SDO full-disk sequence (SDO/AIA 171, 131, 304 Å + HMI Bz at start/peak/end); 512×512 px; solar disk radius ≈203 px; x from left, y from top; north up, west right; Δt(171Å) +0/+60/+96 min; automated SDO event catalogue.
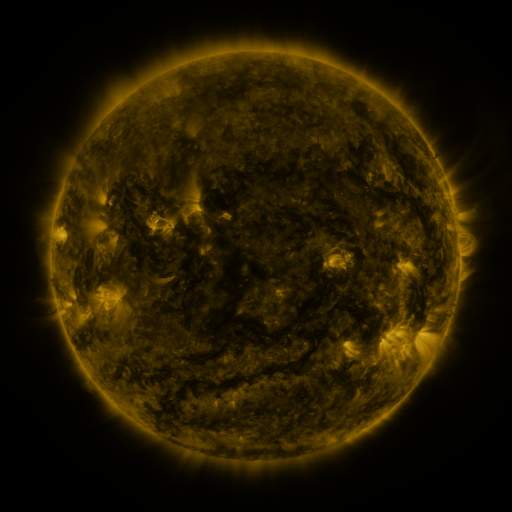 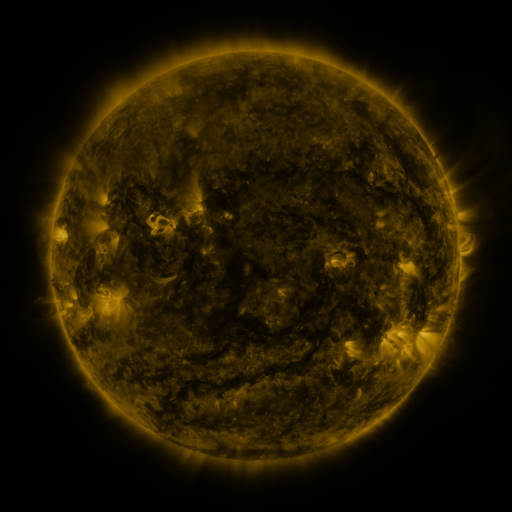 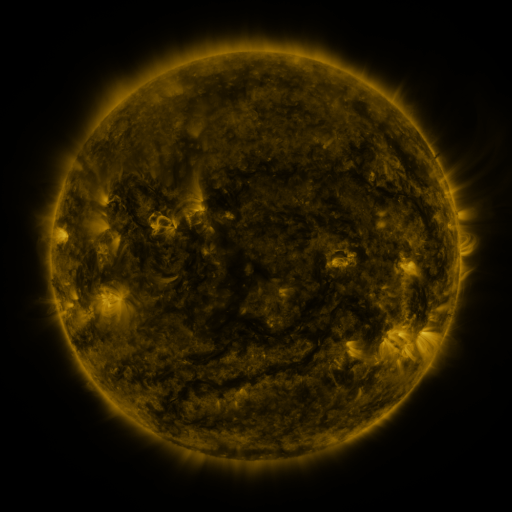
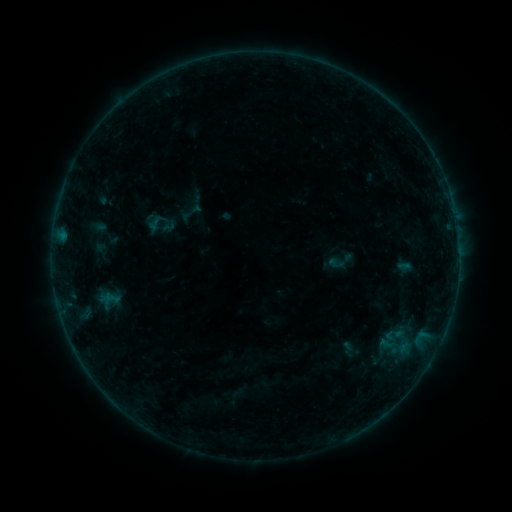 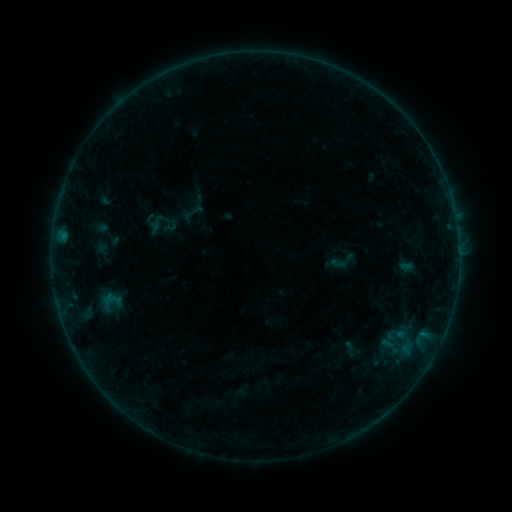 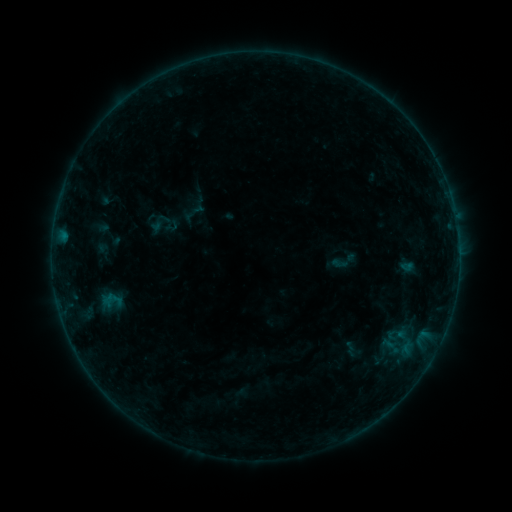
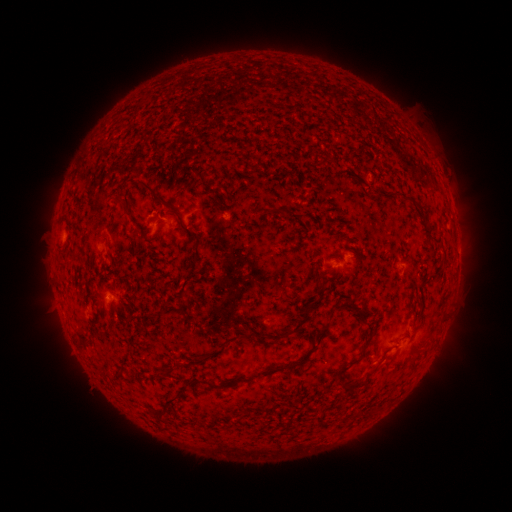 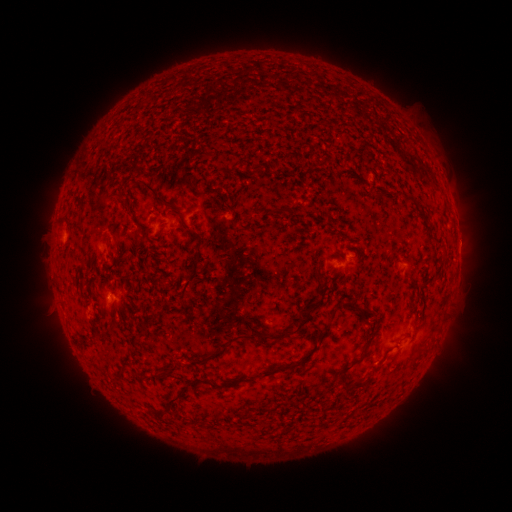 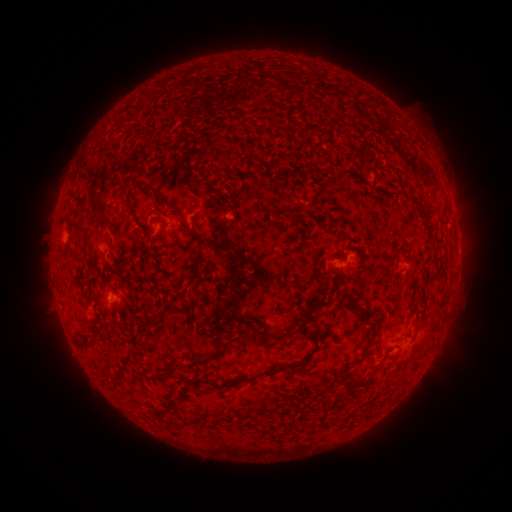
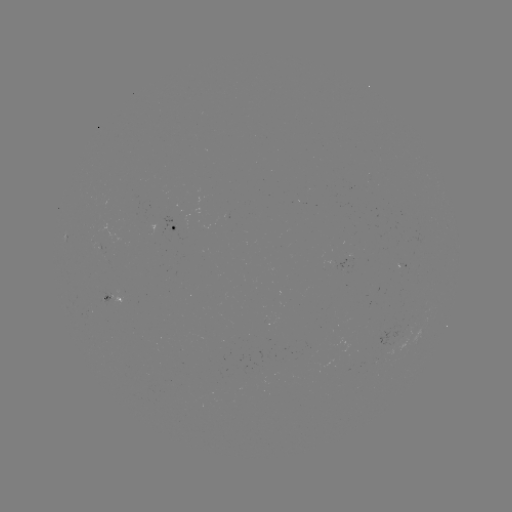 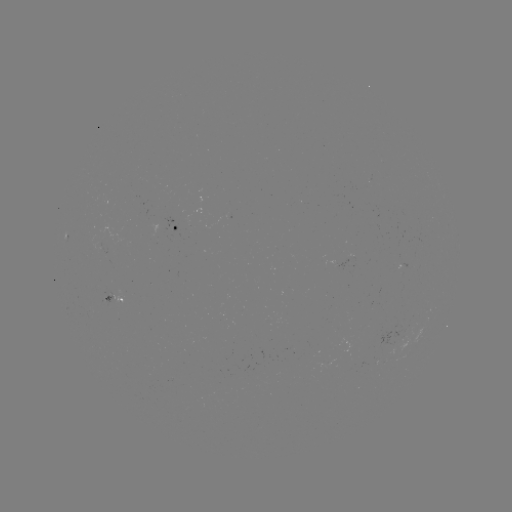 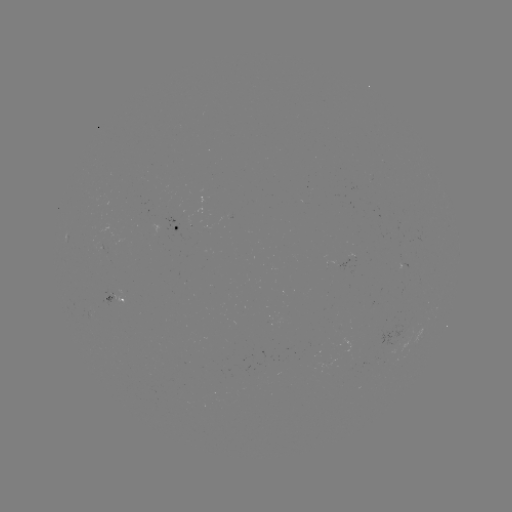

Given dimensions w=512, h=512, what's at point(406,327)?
emerging-flux region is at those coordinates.